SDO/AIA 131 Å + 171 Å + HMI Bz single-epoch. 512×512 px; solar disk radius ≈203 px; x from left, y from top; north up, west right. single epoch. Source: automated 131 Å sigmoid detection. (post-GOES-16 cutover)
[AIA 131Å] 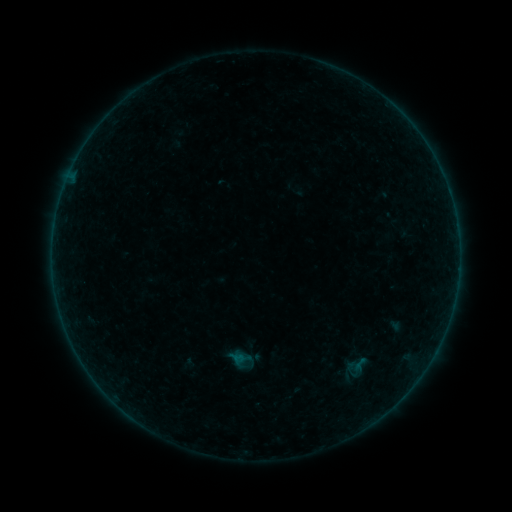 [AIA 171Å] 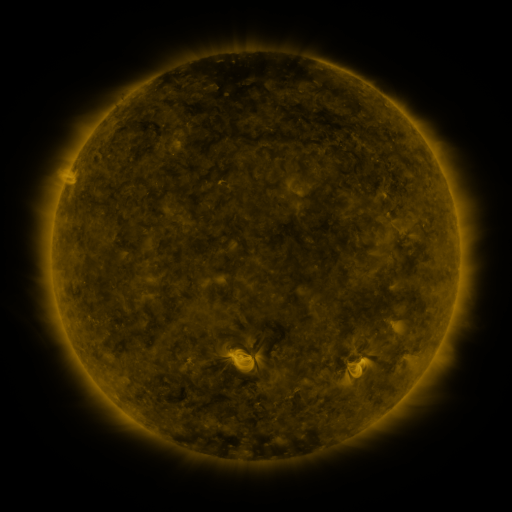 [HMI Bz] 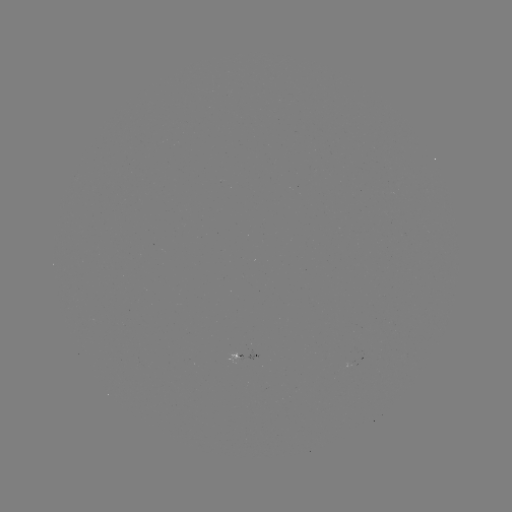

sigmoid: (351, 355, 369, 373)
